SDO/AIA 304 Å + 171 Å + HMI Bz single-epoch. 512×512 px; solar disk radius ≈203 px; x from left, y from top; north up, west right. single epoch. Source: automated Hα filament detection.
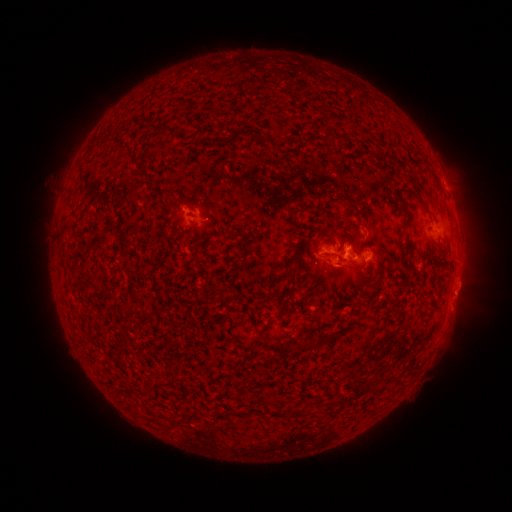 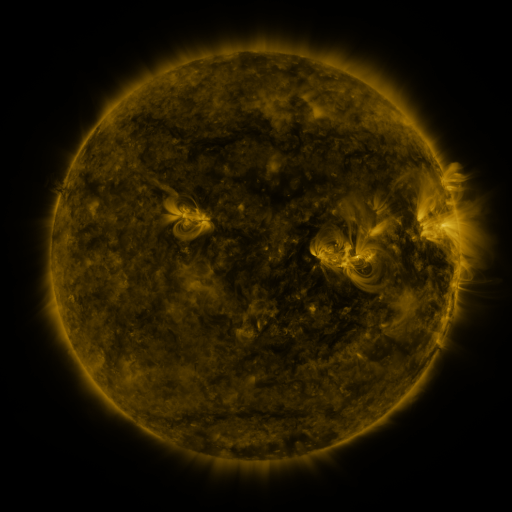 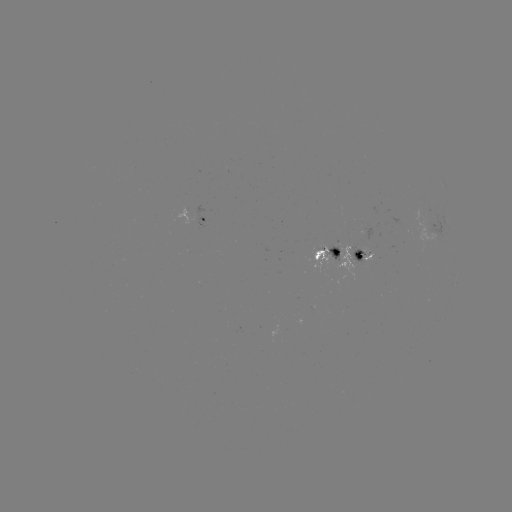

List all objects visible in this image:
filament: <bbox>144, 122, 166, 134</bbox>
filament: <bbox>230, 125, 249, 140</bbox>
filament: <bbox>348, 224, 358, 235</bbox>
filament: <bbox>404, 229, 413, 253</bbox>
filament: <bbox>290, 242, 301, 267</bbox>
filament: <bbox>332, 246, 341, 256</bbox>
filament: <bbox>279, 274, 298, 312</bbox>
filament: <bbox>364, 295, 373, 306</bbox>
filament: <bbox>133, 314, 150, 331</bbox>
filament: <bbox>295, 336, 319, 353</bbox>
filament: <bbox>170, 416, 183, 425</bbox>
filament: <bbox>154, 418, 167, 427</bbox>
